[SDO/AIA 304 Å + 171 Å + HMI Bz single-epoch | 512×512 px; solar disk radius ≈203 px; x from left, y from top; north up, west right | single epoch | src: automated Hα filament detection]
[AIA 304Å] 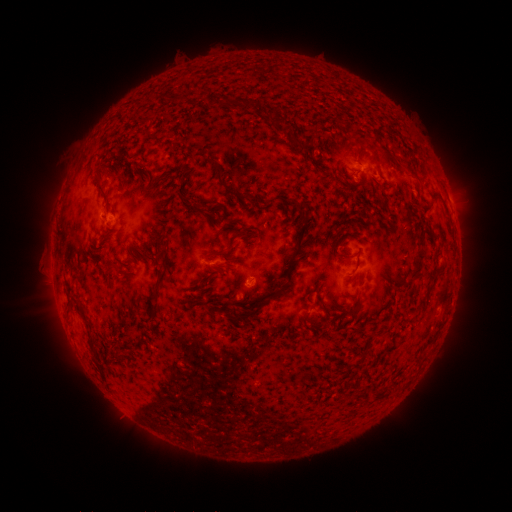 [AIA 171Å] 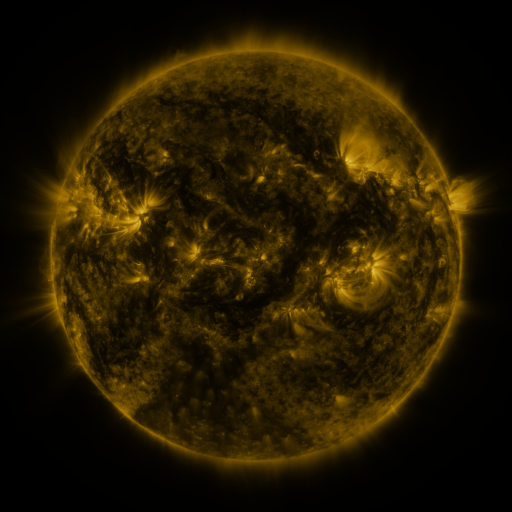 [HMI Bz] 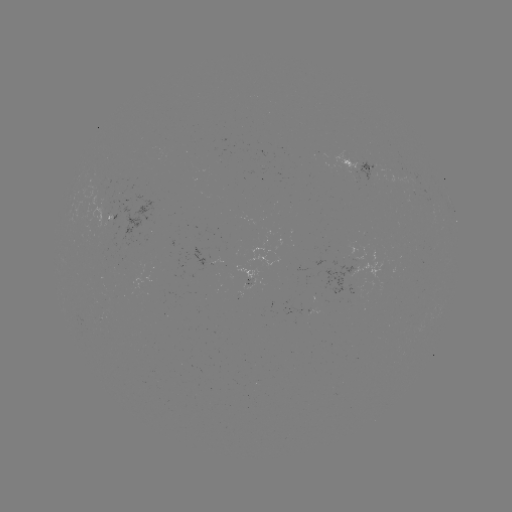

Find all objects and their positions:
filament: <bbox>168, 94, 183, 105</bbox>
filament: <bbox>237, 97, 254, 113</bbox>
filament: <bbox>271, 104, 281, 112</bbox>
filament: <bbox>263, 107, 276, 119</bbox>
filament: <bbox>287, 133, 302, 149</bbox>
filament: <bbox>382, 148, 401, 167</bbox>
filament: <bbox>205, 157, 246, 201</bbox>
filament: <bbox>406, 165, 420, 181</bbox>
filament: <bbox>92, 179, 107, 204</bbox>
filament: <bbox>286, 199, 306, 213</bbox>
filament: <bbox>190, 202, 198, 213</bbox>
filament: <bbox>284, 213, 309, 284</bbox>
filament: <bbox>151, 225, 161, 240</bbox>
filament: <bbox>400, 228, 427, 287</bbox>
filament: <bbox>143, 249, 153, 261</bbox>
filament: <bbox>211, 249, 226, 258</bbox>
filament: <bbox>99, 253, 108, 272</bbox>
filament: <bbox>152, 254, 170, 297</bbox>
filament: <bbox>351, 256, 361, 273</bbox>
filament: <bbox>215, 263, 230, 275</bbox>
filament: <bbox>117, 269, 127, 277</bbox>
filament: <bbox>307, 285, 317, 297</bbox>
filament: <bbox>69, 294, 89, 324</bbox>
filament: <bbox>317, 297, 330, 319</bbox>
filament: <bbox>228, 298, 266, 323</bbox>
filament: <bbox>301, 309, 312, 324</bbox>
